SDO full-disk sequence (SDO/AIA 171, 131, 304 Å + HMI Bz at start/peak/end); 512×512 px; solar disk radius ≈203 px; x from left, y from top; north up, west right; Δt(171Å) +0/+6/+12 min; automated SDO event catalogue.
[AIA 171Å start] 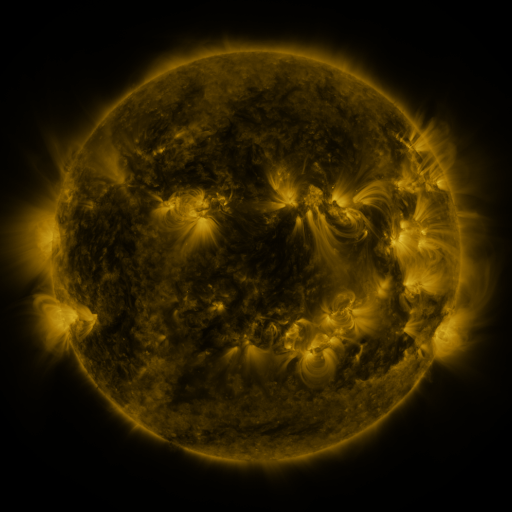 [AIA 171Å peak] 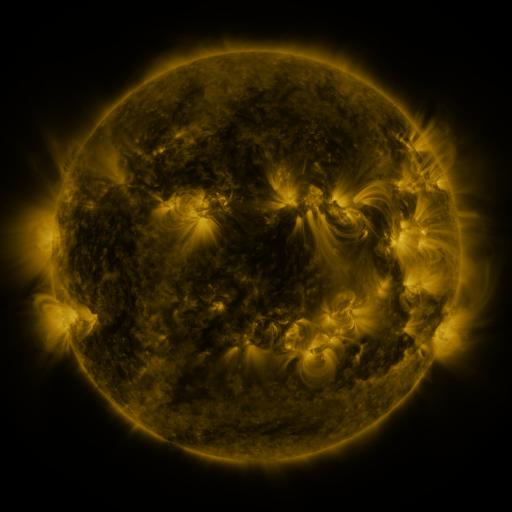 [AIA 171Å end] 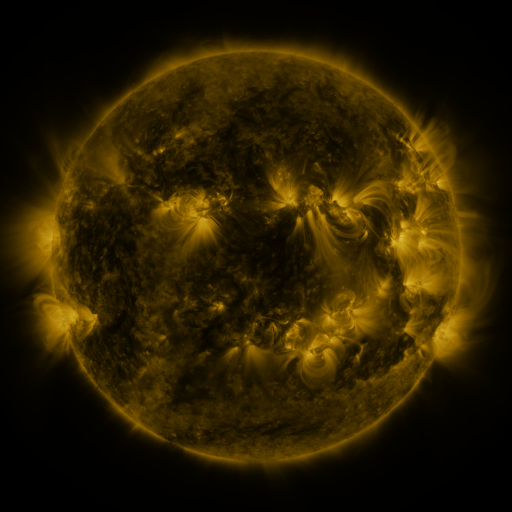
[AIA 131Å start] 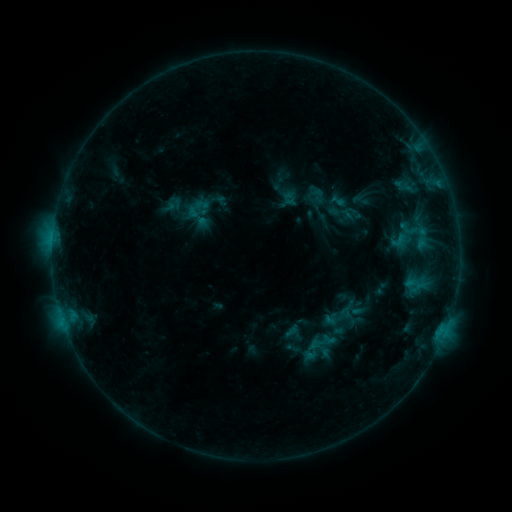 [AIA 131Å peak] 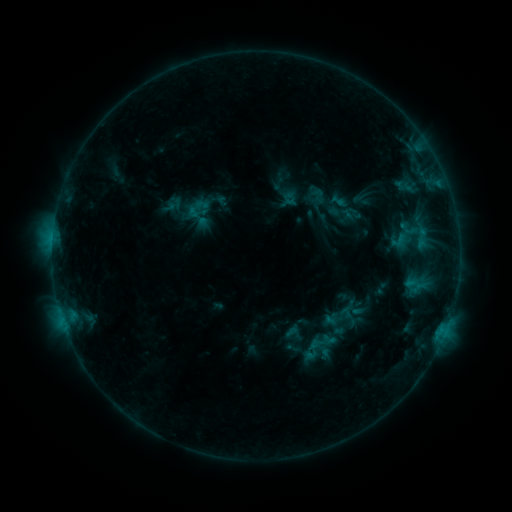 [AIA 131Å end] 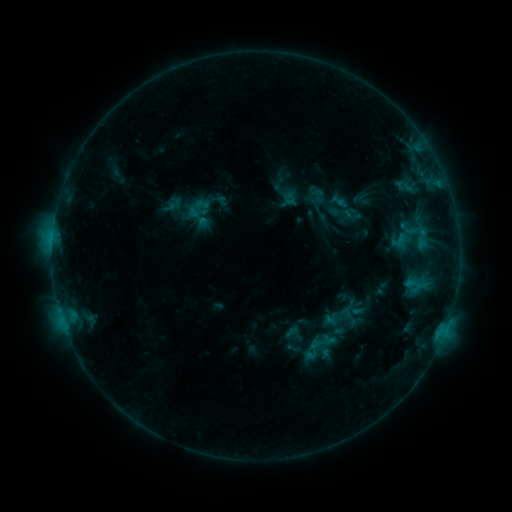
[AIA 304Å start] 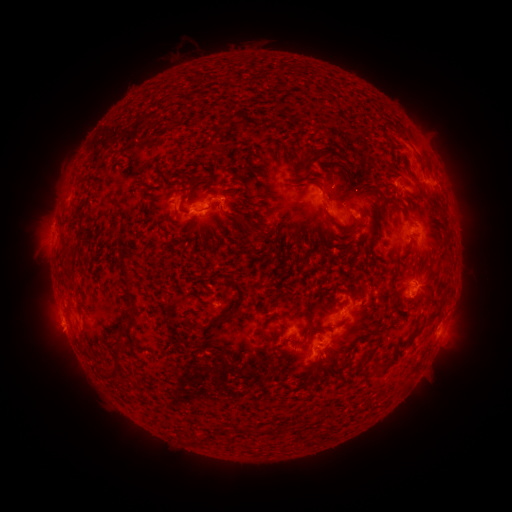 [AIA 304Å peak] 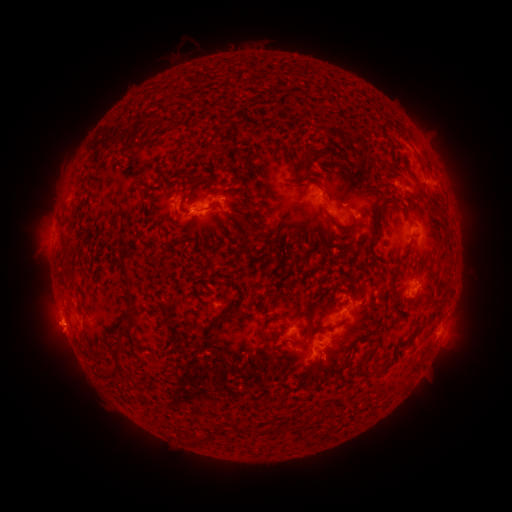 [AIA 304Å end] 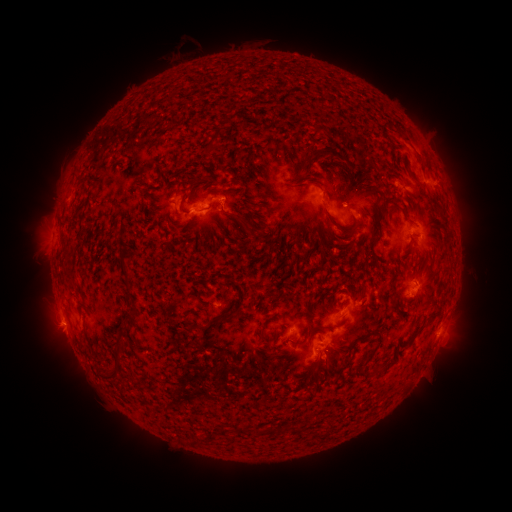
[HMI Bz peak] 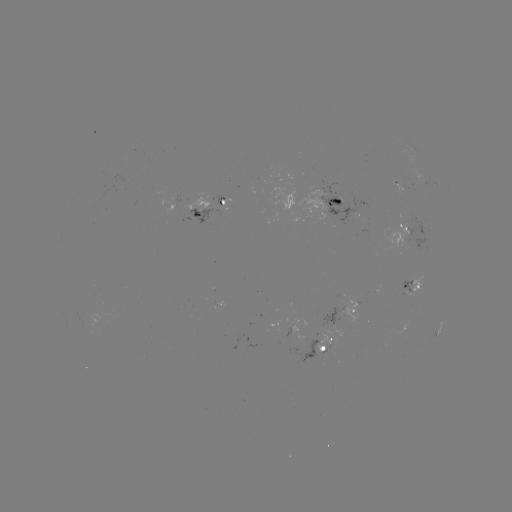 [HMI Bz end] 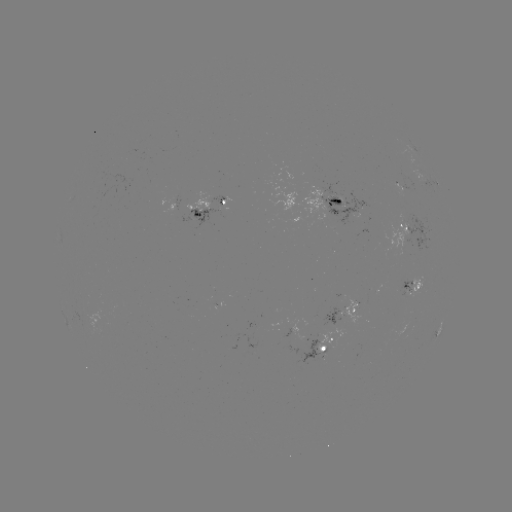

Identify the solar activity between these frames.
eruption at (54, 325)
